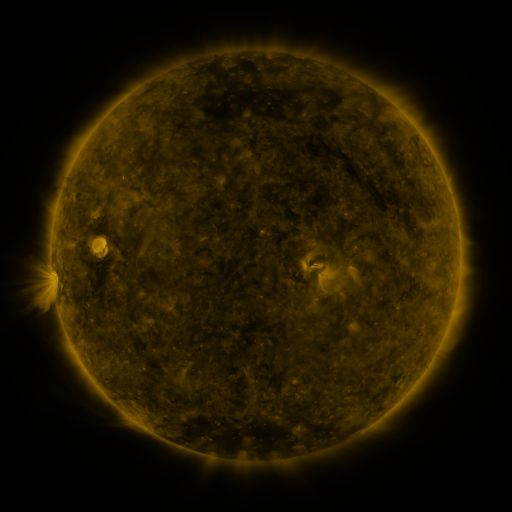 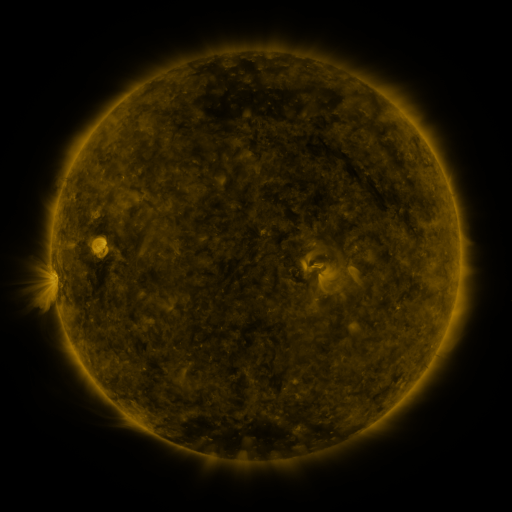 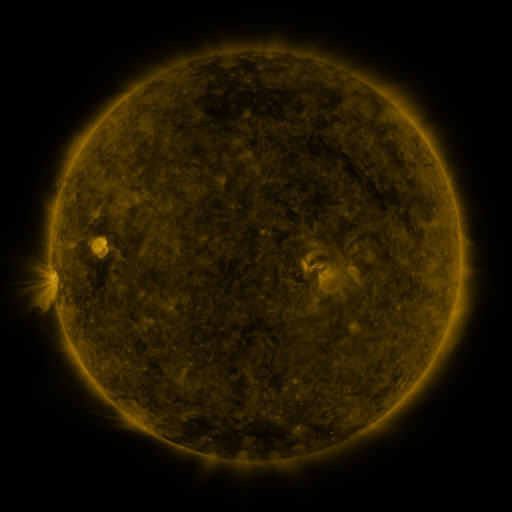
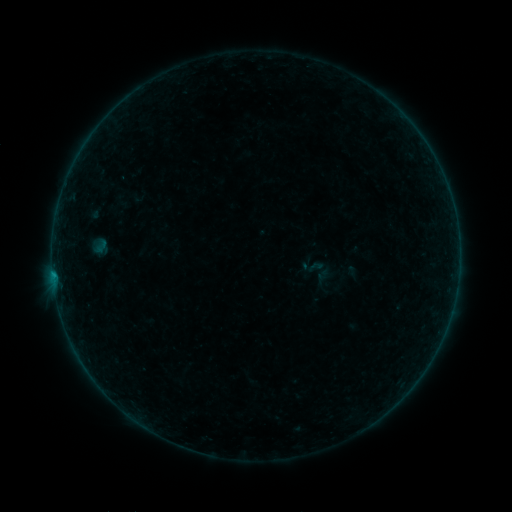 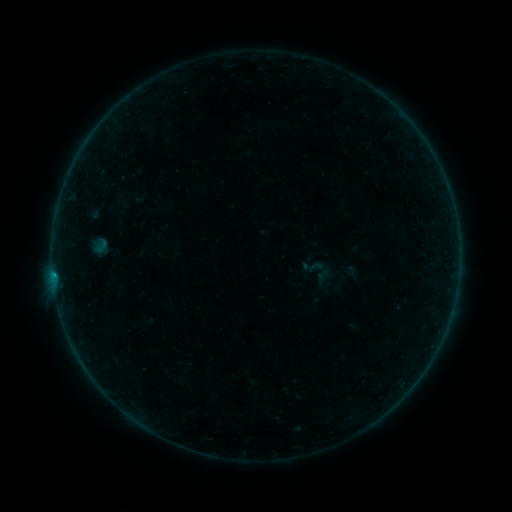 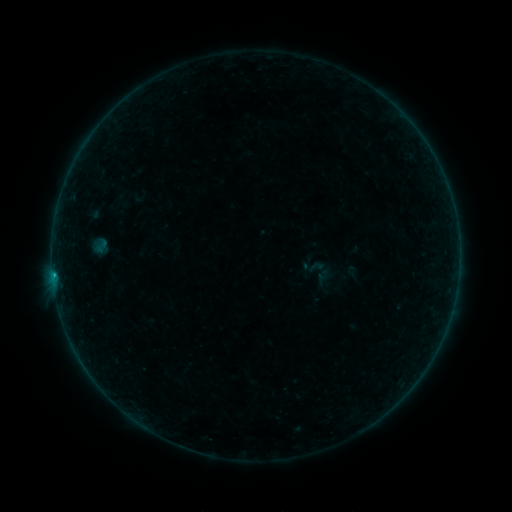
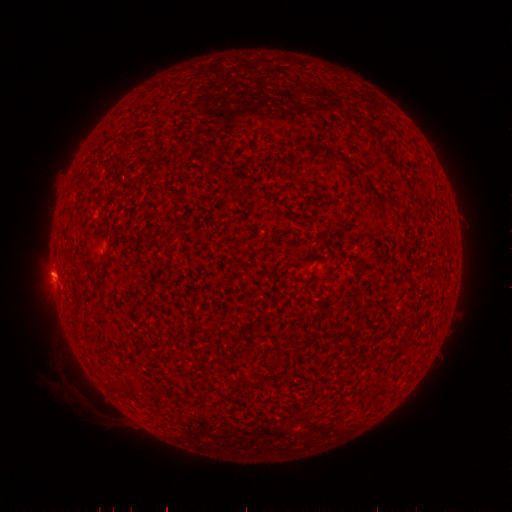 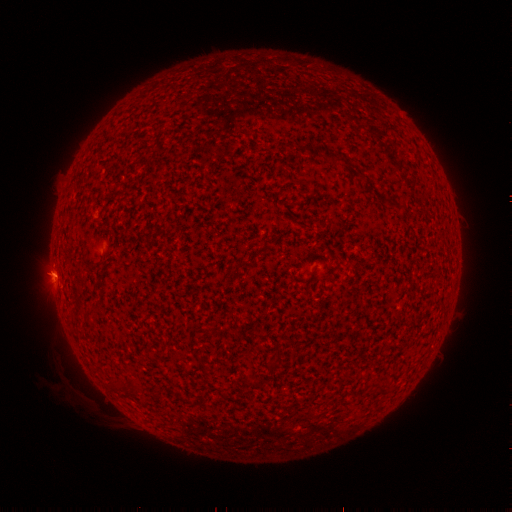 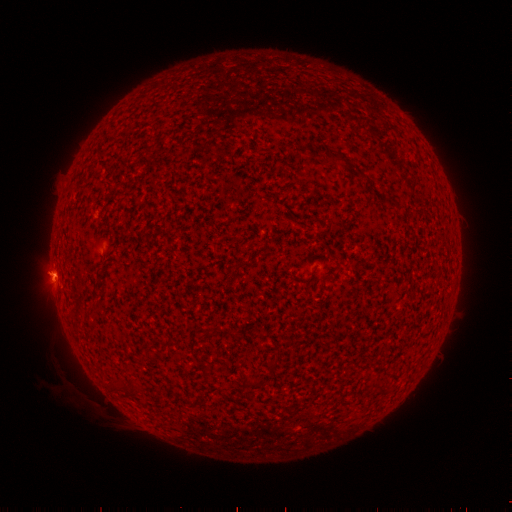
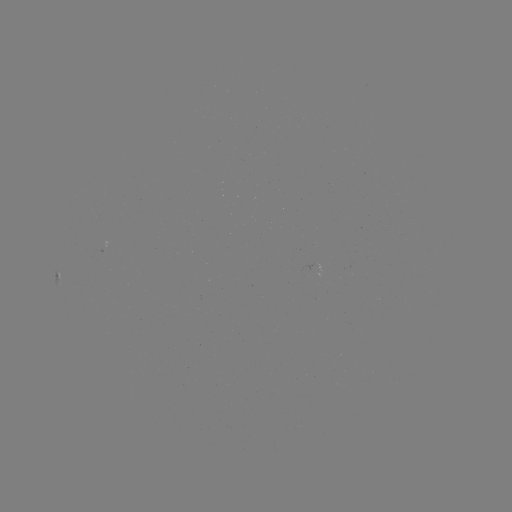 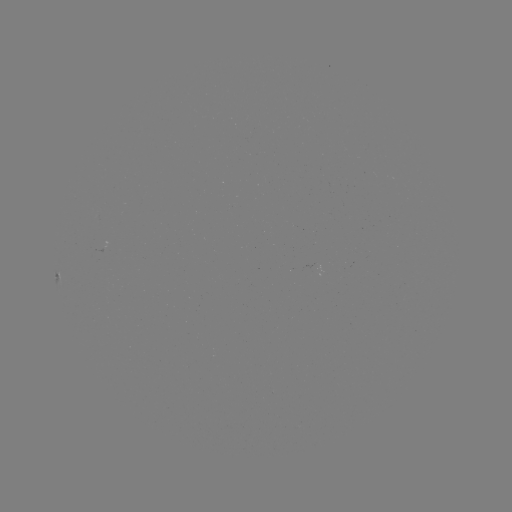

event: flare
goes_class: B3.7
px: (54, 274)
